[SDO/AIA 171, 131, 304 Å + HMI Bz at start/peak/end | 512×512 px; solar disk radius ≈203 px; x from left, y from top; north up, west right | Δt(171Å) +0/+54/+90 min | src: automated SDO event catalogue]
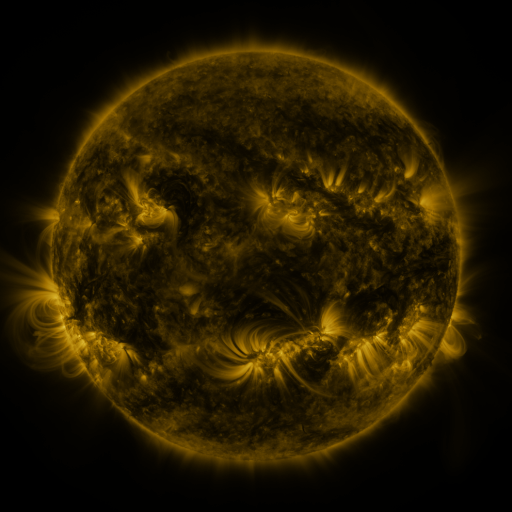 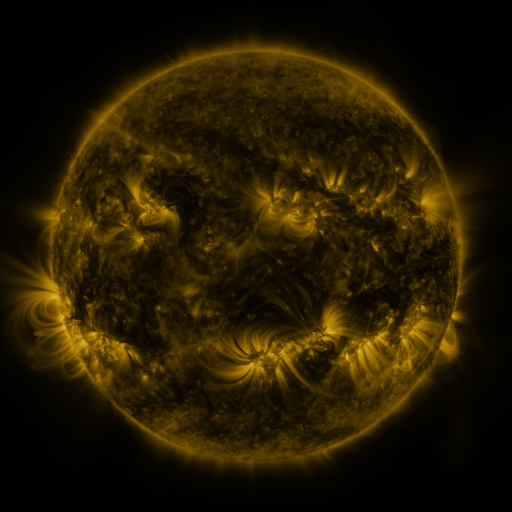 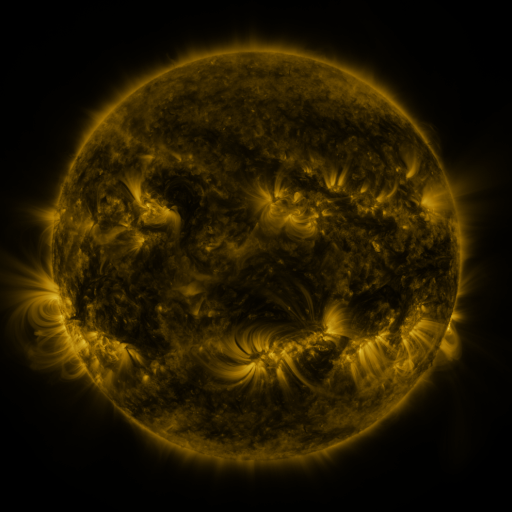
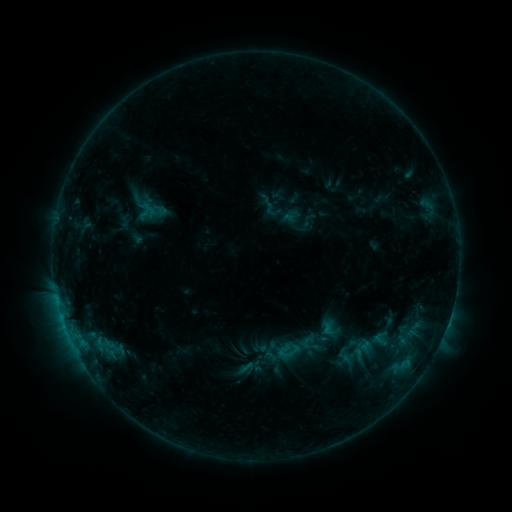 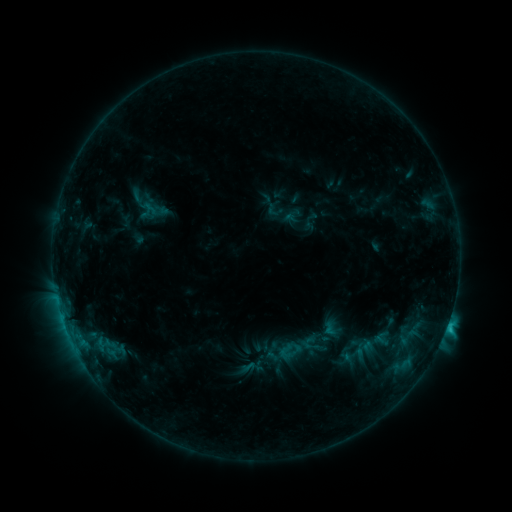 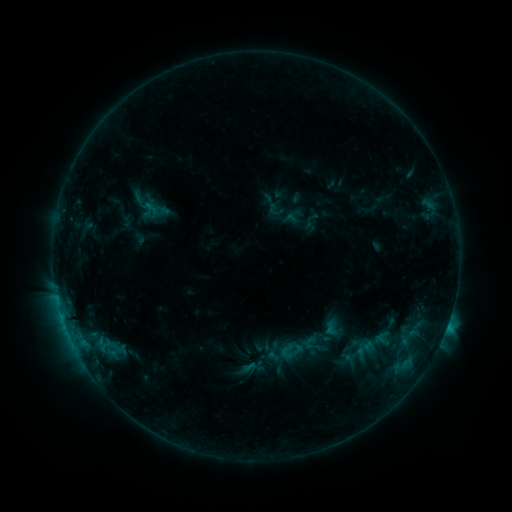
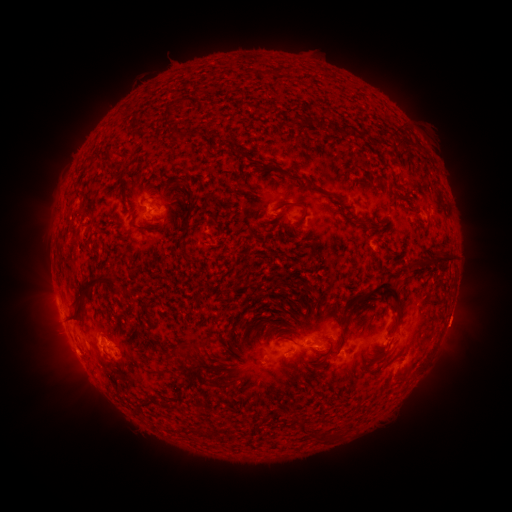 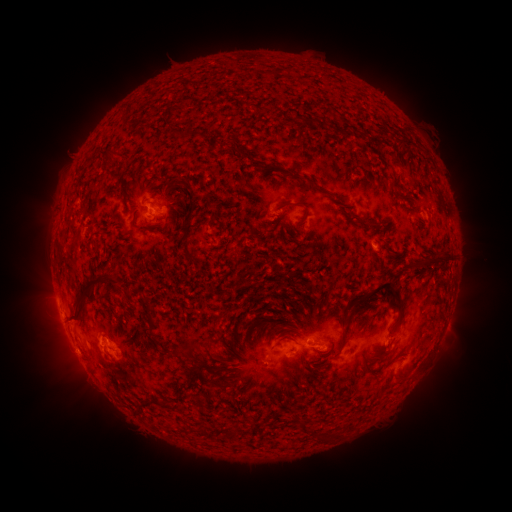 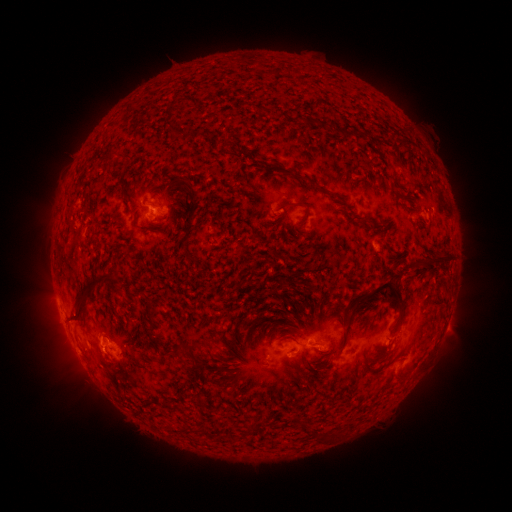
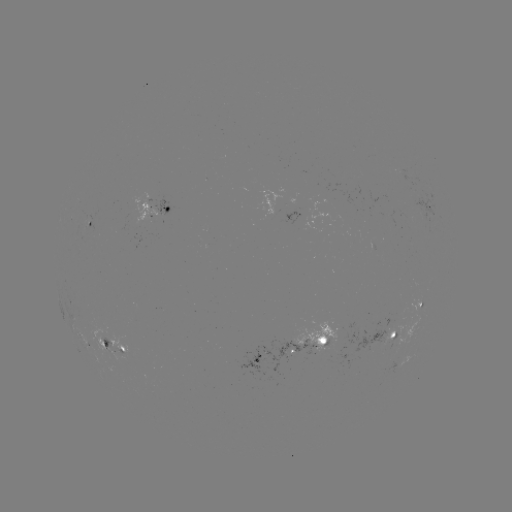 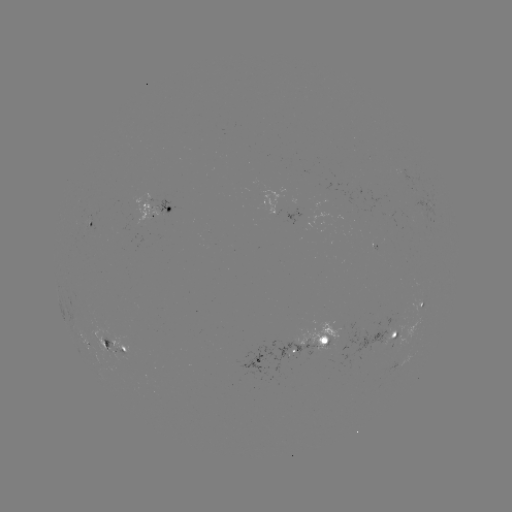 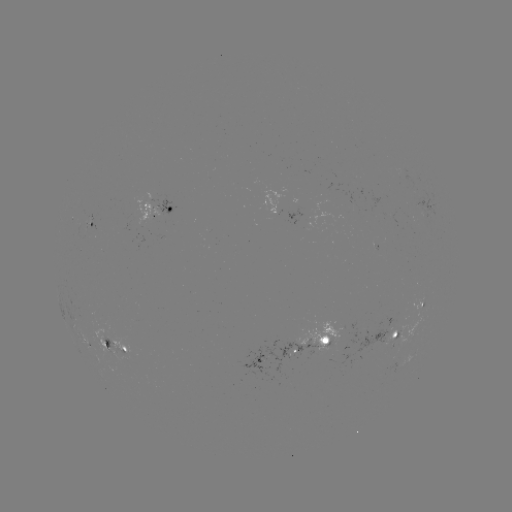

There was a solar flare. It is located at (446, 326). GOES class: C1.6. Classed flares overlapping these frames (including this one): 2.